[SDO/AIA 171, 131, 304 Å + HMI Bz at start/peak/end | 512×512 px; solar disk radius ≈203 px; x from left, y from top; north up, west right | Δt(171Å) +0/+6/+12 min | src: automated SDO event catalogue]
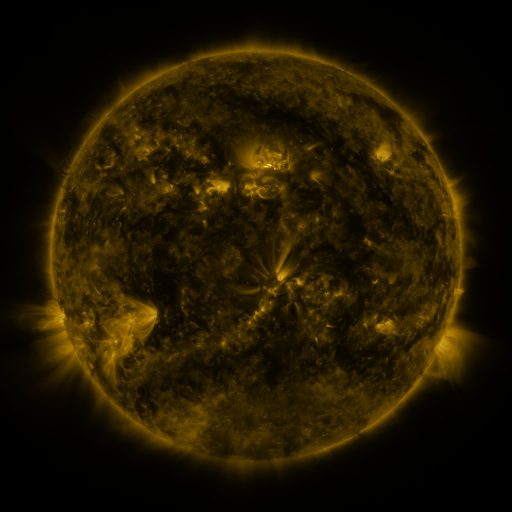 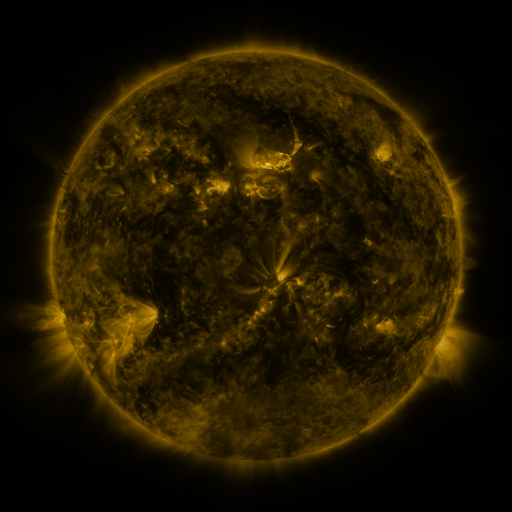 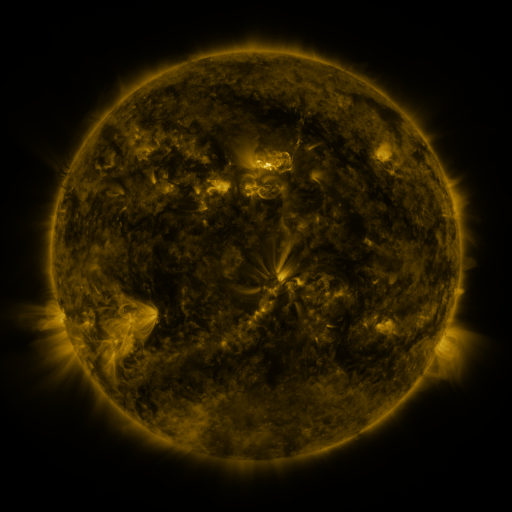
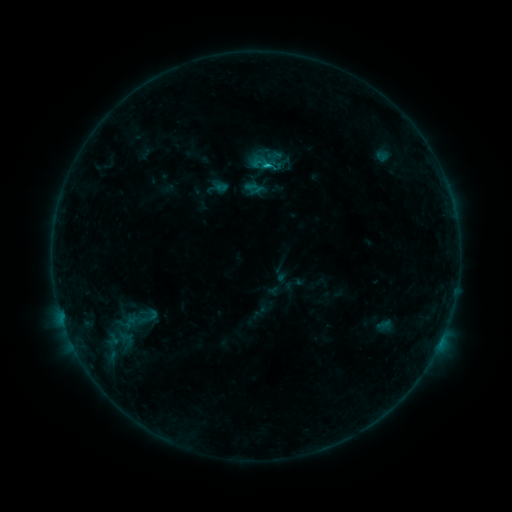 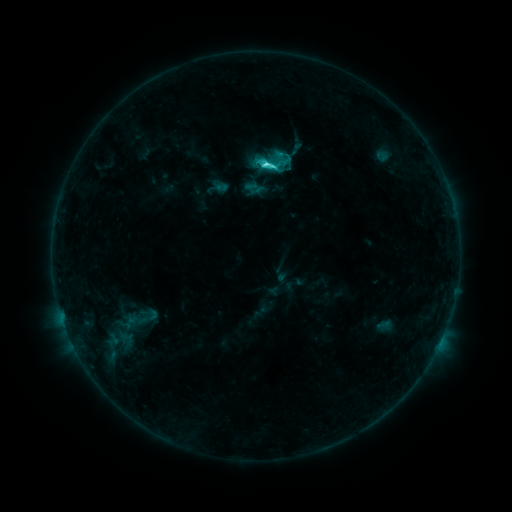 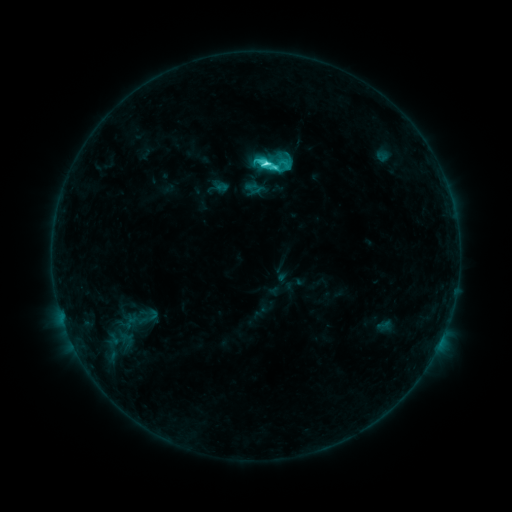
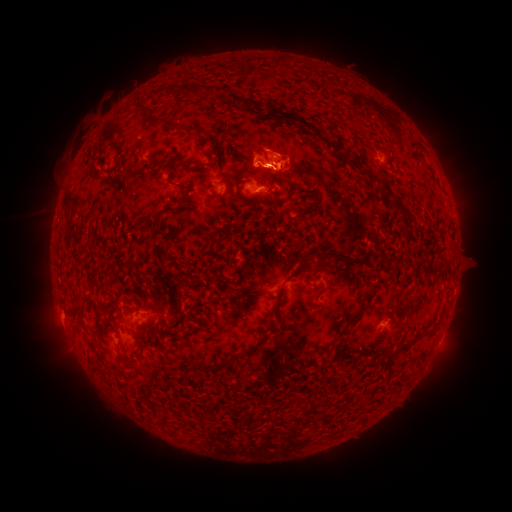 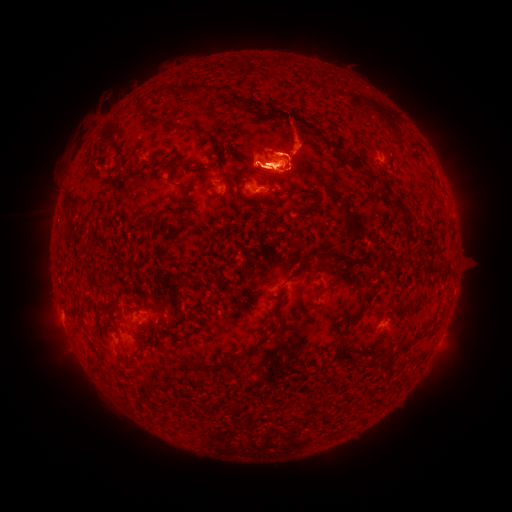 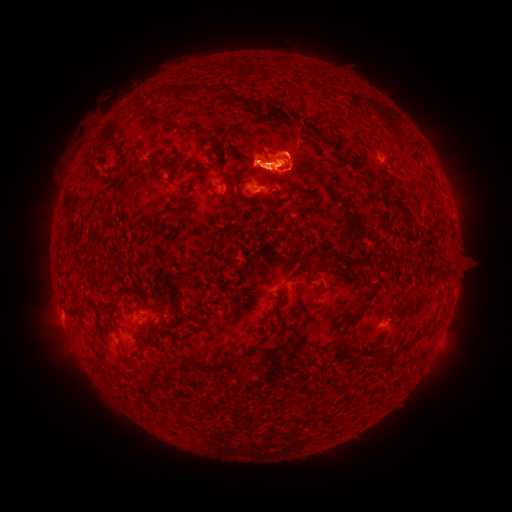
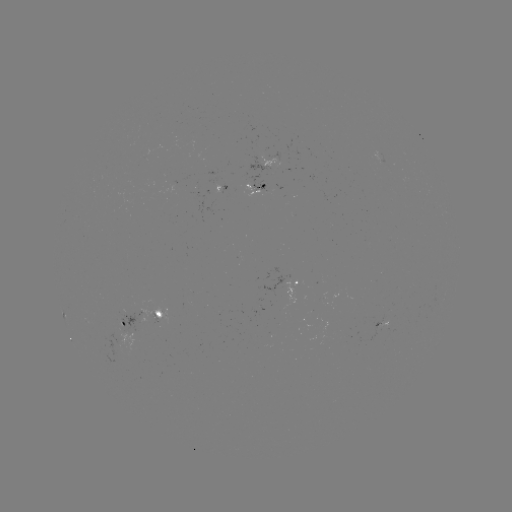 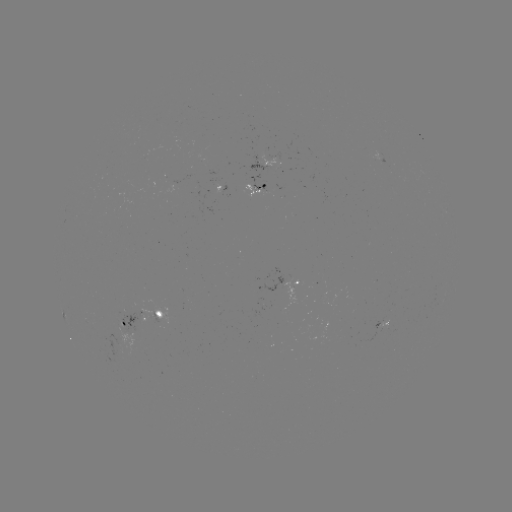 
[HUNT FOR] eruption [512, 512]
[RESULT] [345, 145]